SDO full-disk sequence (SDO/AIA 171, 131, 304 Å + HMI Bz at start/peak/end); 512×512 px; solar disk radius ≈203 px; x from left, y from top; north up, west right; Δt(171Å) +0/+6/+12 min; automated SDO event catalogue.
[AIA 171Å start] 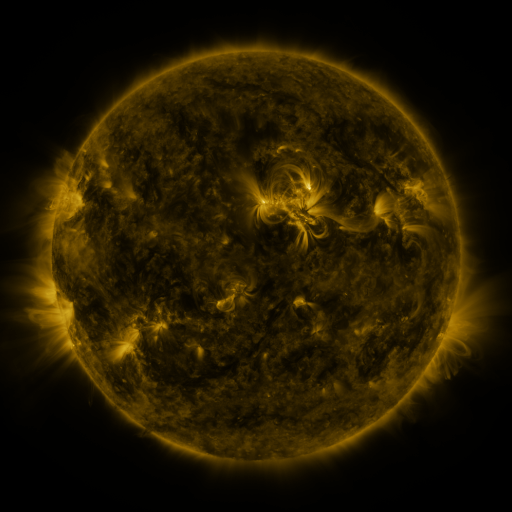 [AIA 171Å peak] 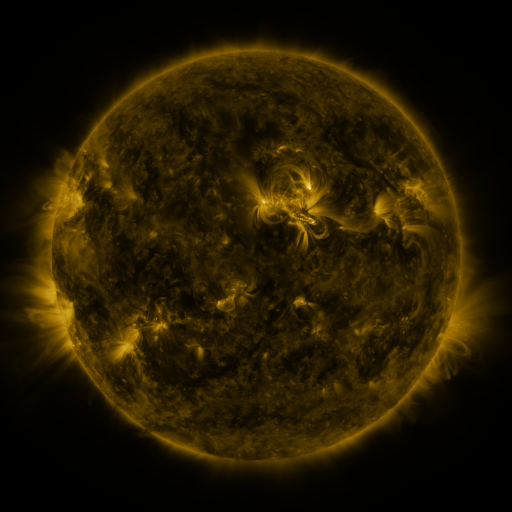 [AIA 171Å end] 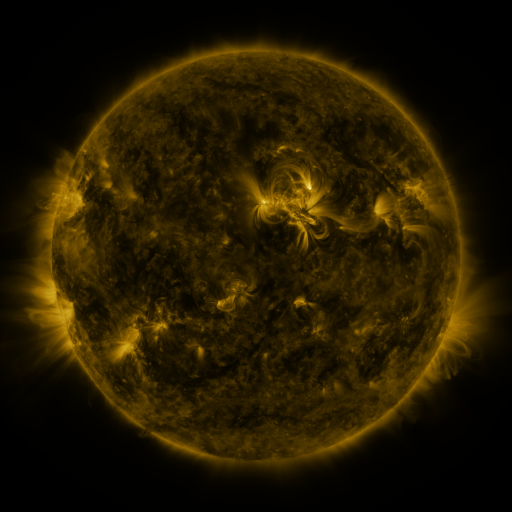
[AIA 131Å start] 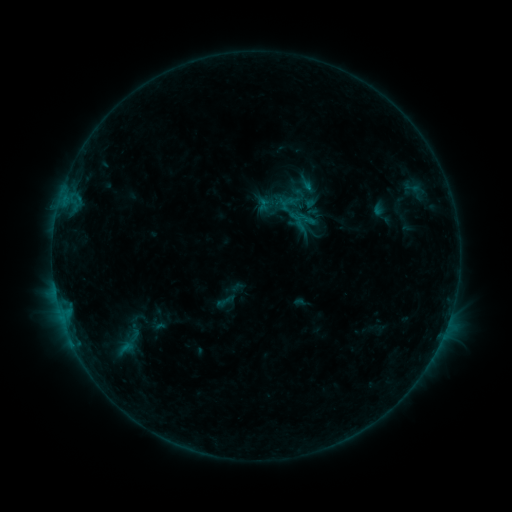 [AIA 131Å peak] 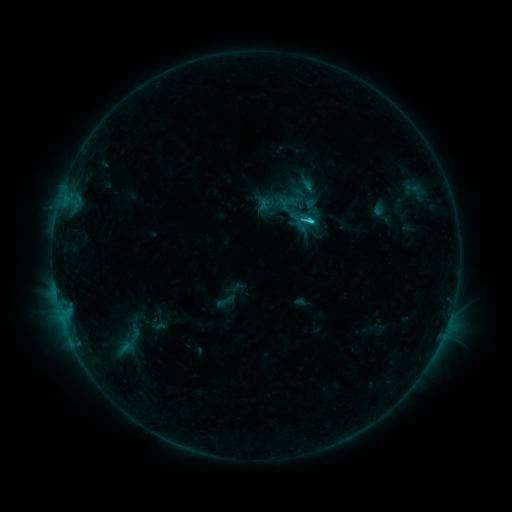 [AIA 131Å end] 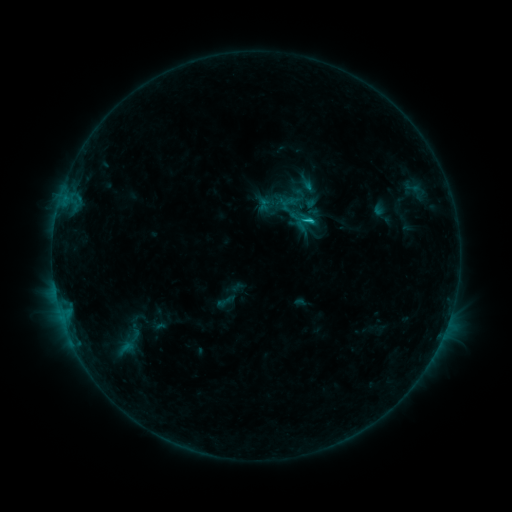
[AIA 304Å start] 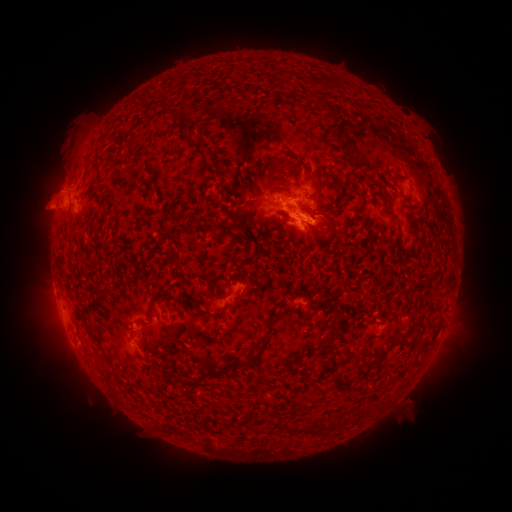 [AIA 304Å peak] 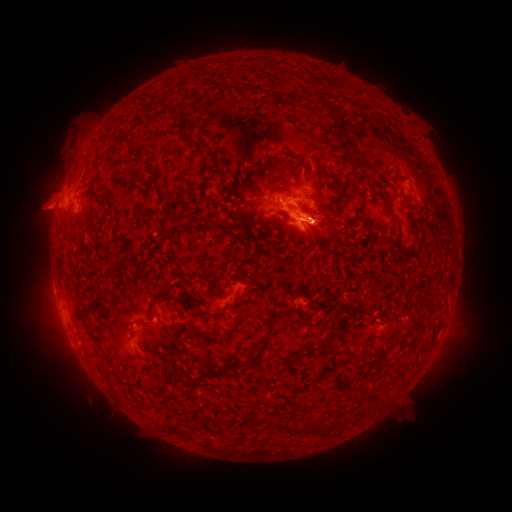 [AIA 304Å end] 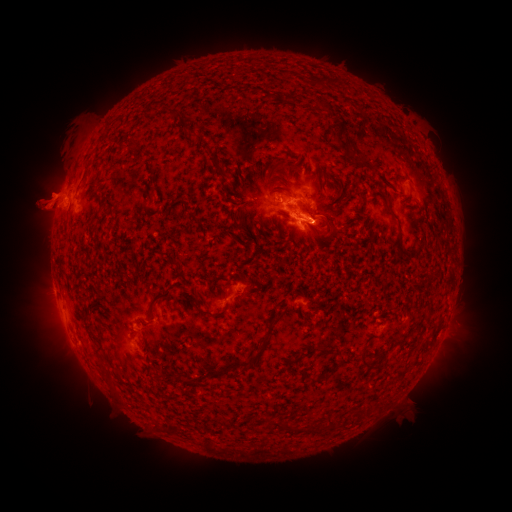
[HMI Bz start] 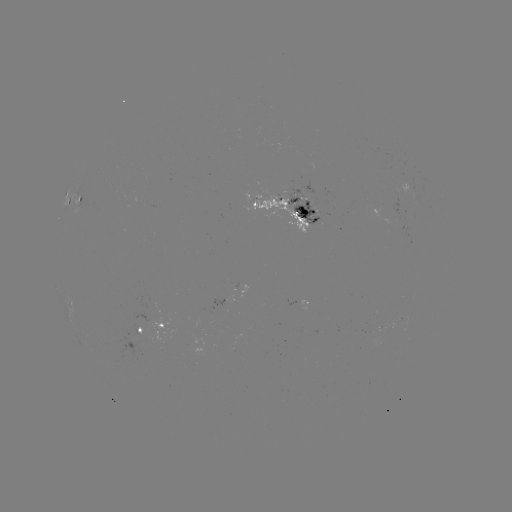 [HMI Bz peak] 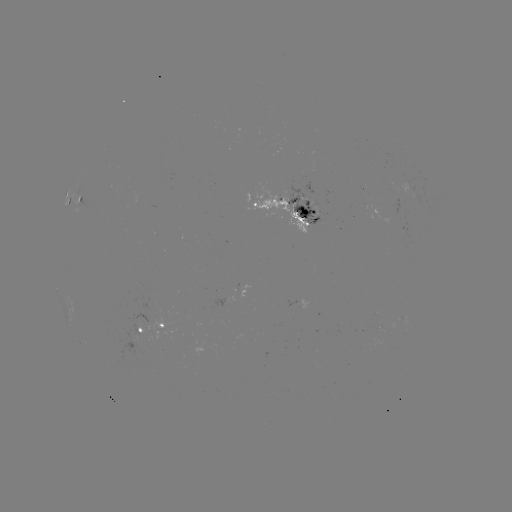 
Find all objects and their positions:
C1.7 flare: (308, 221)
